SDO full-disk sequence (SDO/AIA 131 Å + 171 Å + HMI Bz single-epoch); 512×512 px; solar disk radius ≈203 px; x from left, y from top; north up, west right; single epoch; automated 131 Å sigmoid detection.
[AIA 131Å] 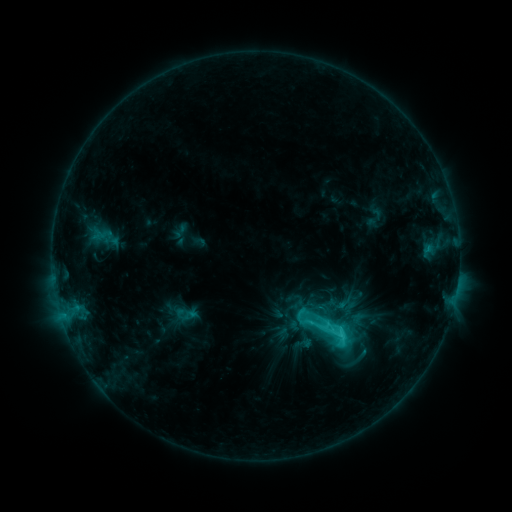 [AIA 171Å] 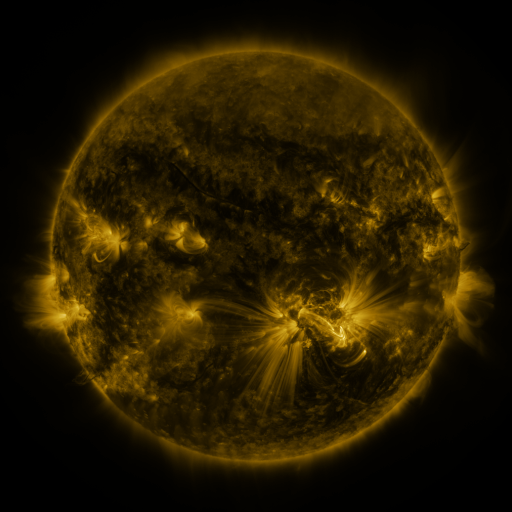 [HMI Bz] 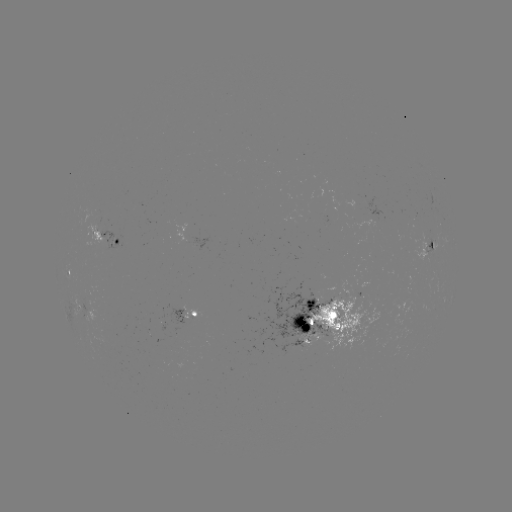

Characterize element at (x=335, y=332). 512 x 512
sigmoid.